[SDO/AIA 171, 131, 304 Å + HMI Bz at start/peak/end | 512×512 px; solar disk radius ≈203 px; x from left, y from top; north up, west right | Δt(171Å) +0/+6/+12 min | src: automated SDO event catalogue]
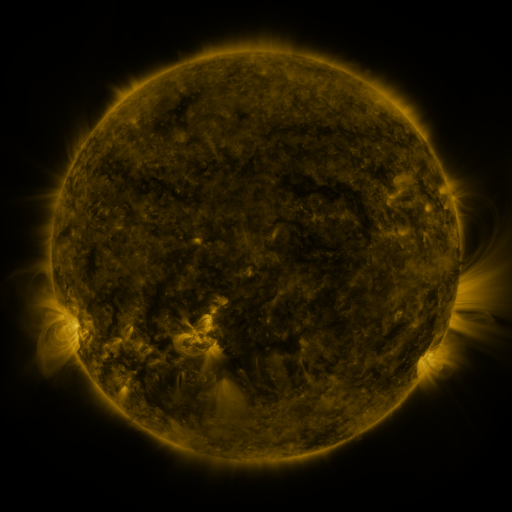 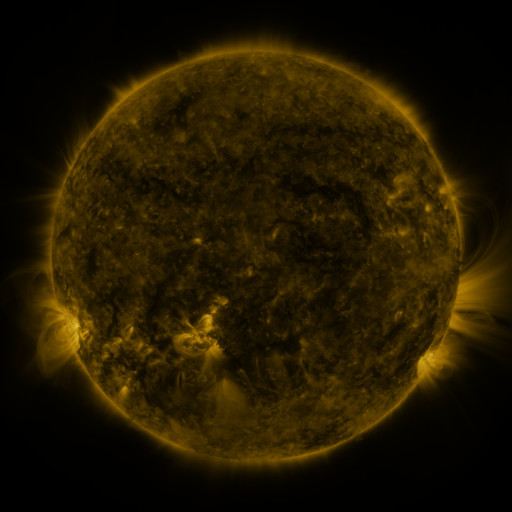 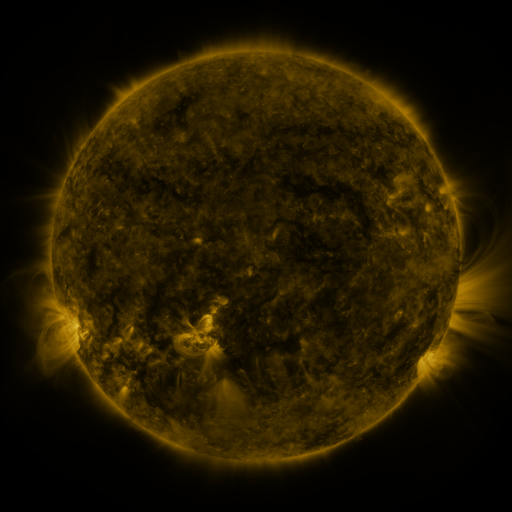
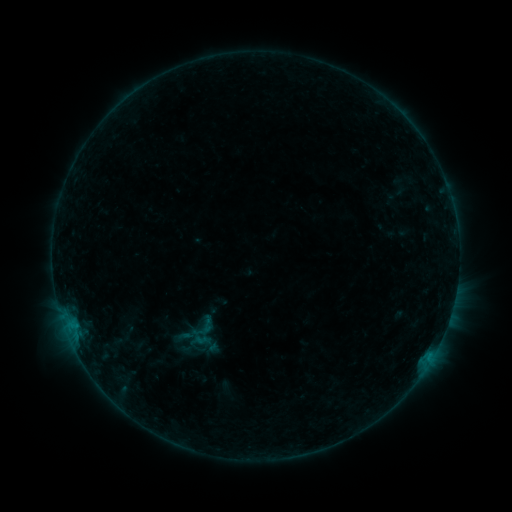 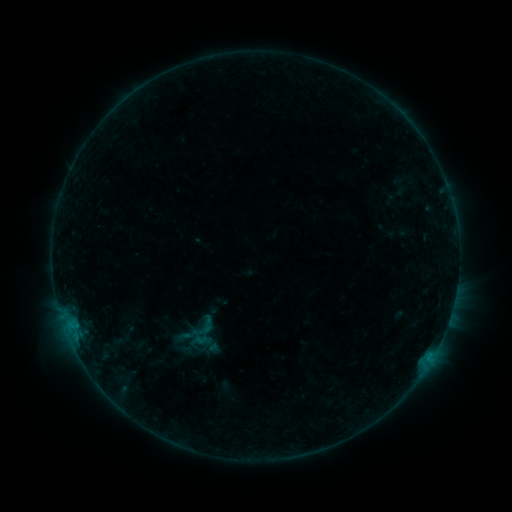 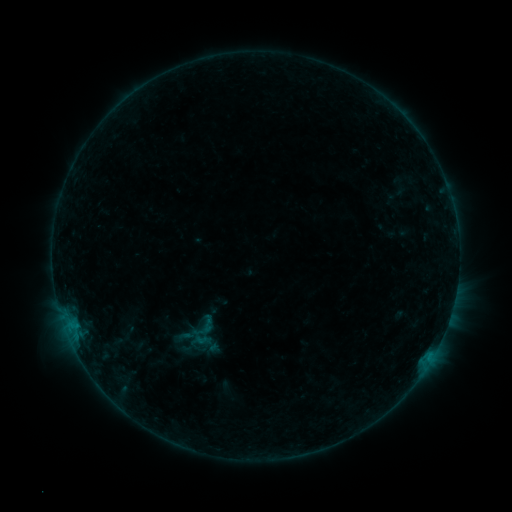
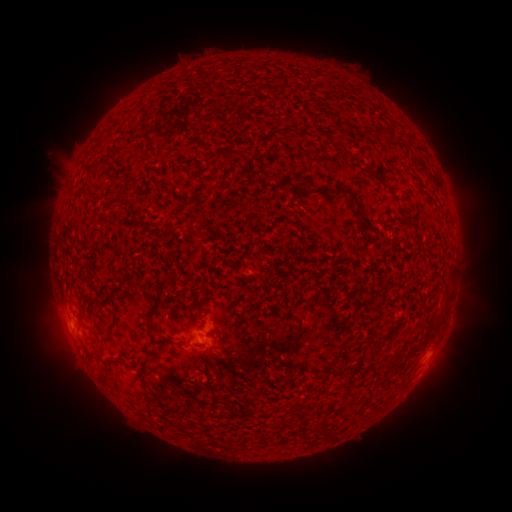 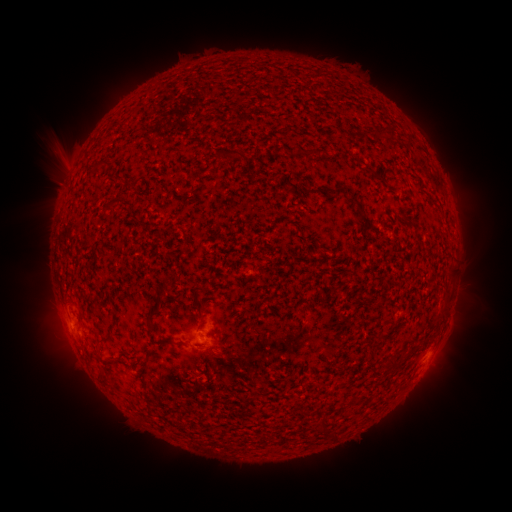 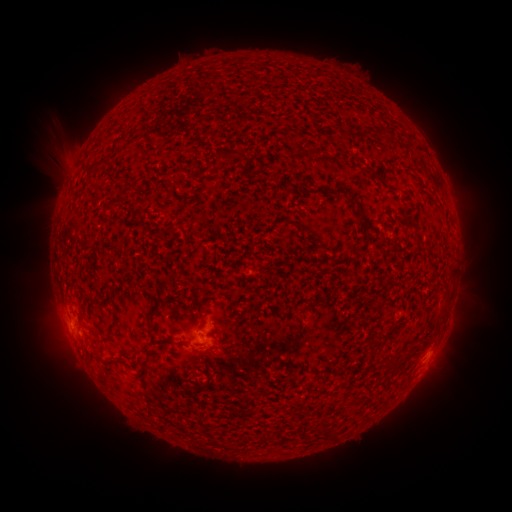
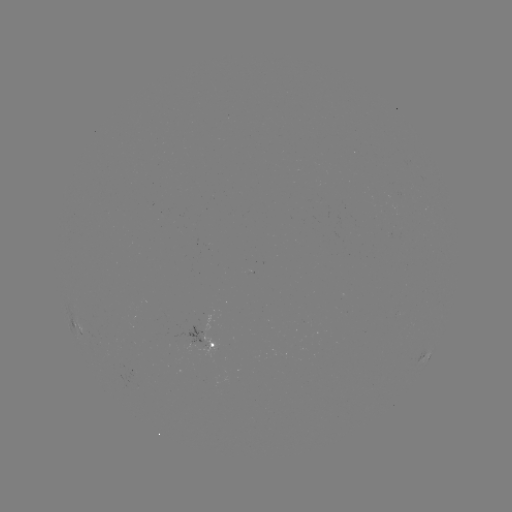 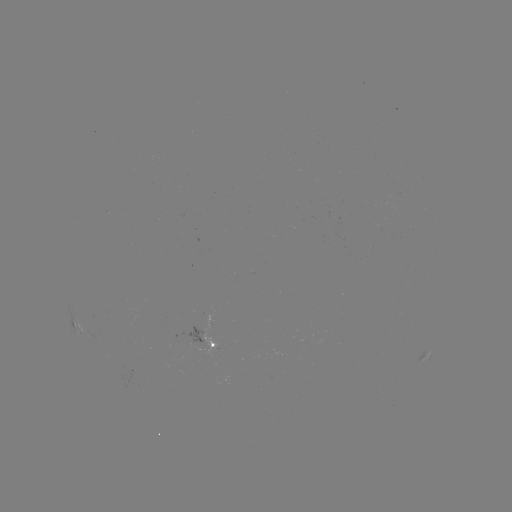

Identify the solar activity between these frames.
eruption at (62, 151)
